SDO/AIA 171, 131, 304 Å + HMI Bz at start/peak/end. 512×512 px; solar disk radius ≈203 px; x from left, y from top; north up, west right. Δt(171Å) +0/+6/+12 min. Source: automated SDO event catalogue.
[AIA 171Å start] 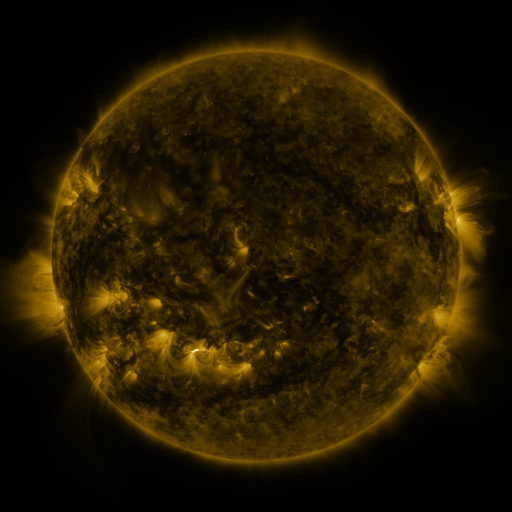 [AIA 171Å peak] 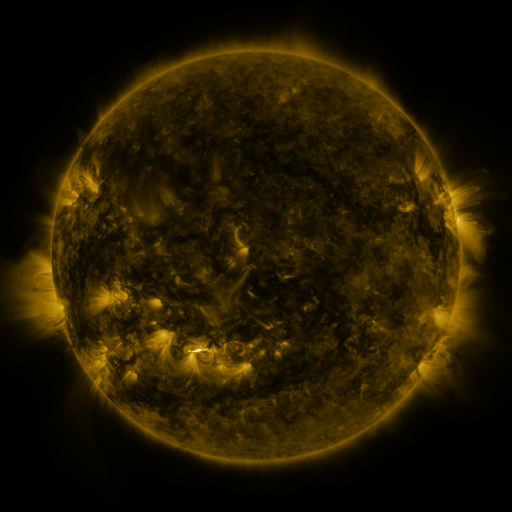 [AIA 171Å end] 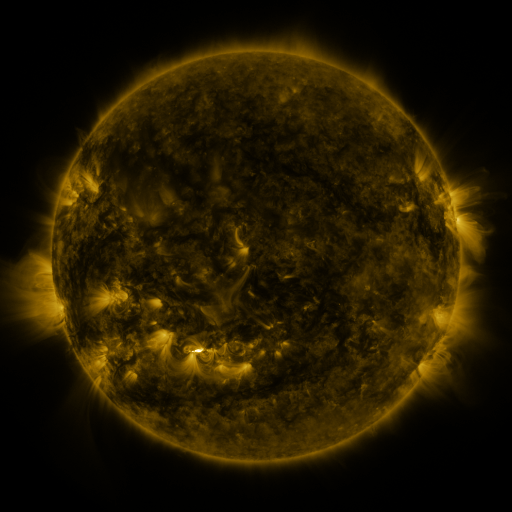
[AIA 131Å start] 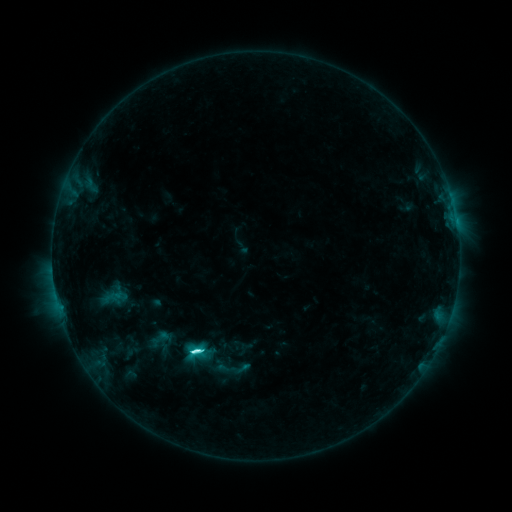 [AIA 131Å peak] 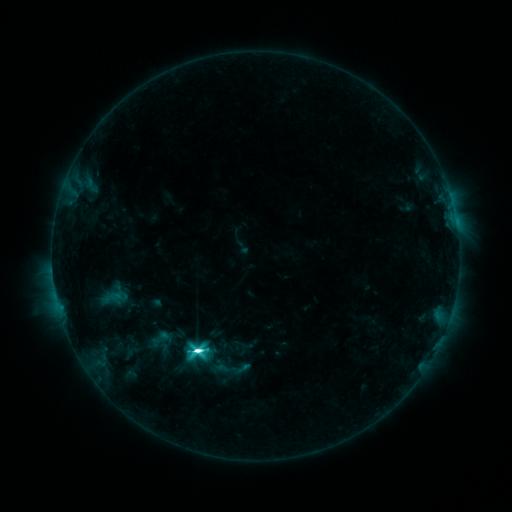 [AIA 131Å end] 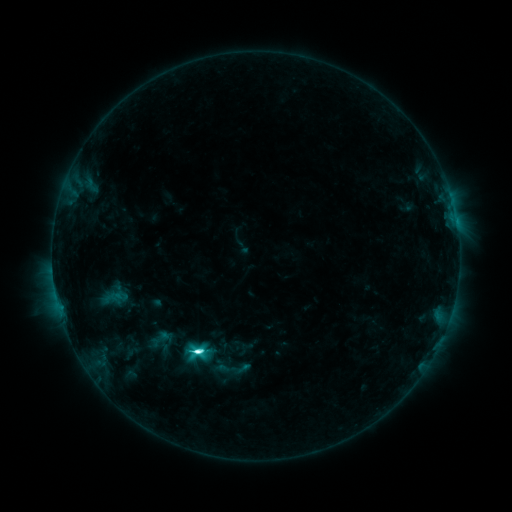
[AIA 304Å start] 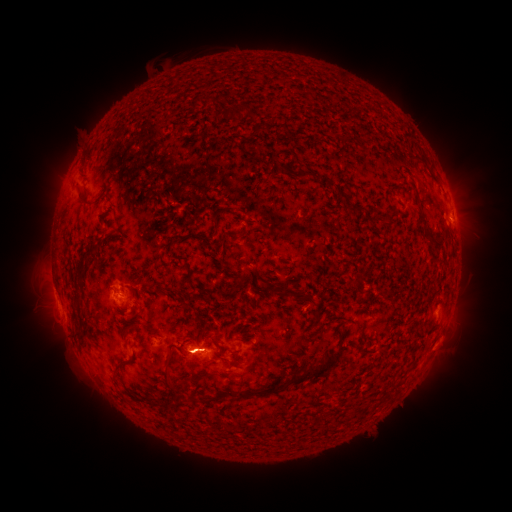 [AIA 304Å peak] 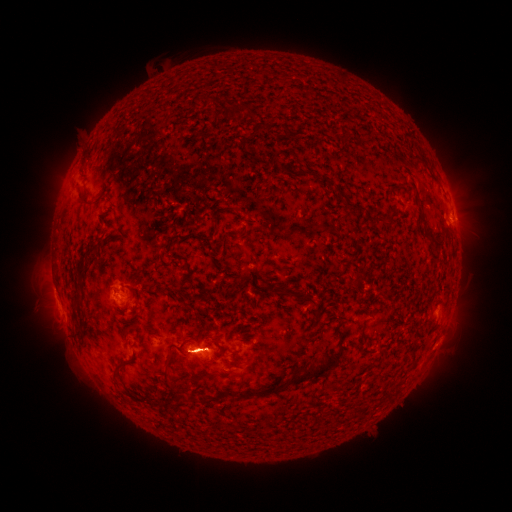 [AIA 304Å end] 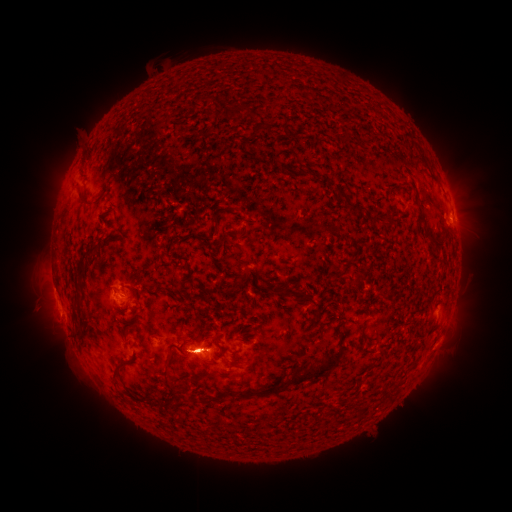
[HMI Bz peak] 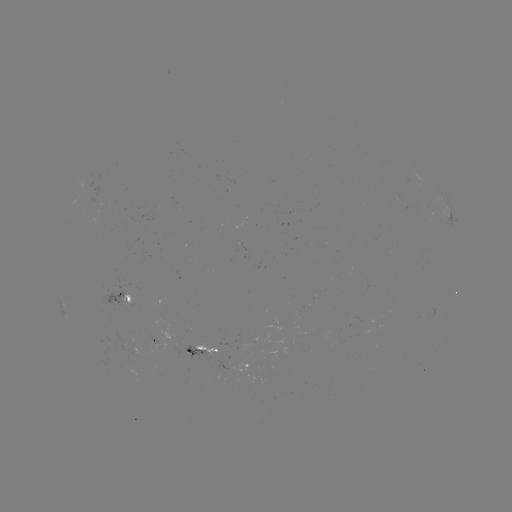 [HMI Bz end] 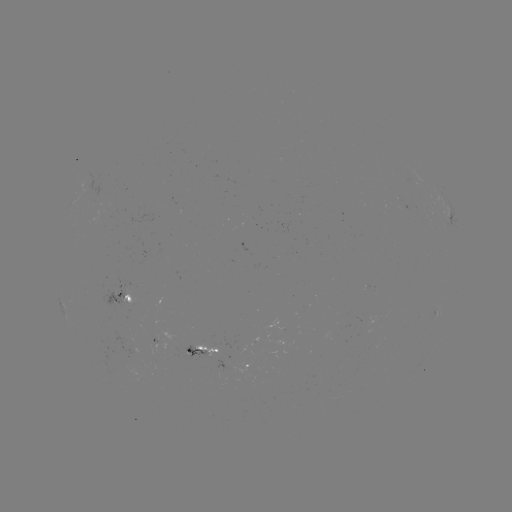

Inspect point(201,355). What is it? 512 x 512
eruption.